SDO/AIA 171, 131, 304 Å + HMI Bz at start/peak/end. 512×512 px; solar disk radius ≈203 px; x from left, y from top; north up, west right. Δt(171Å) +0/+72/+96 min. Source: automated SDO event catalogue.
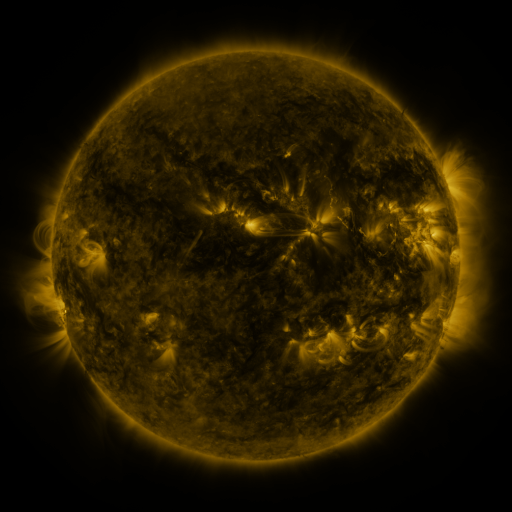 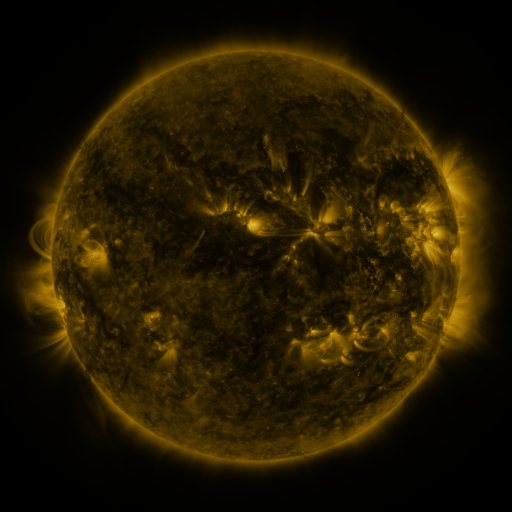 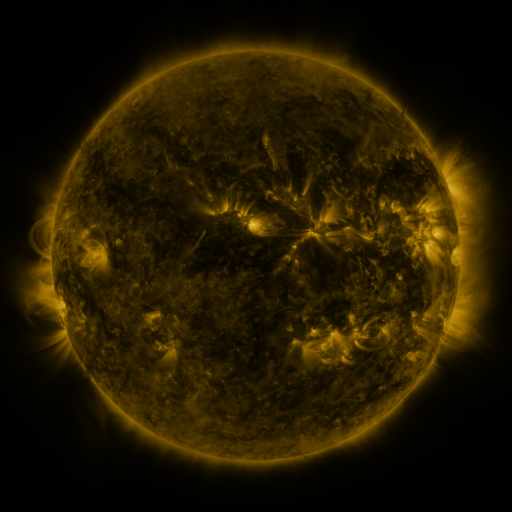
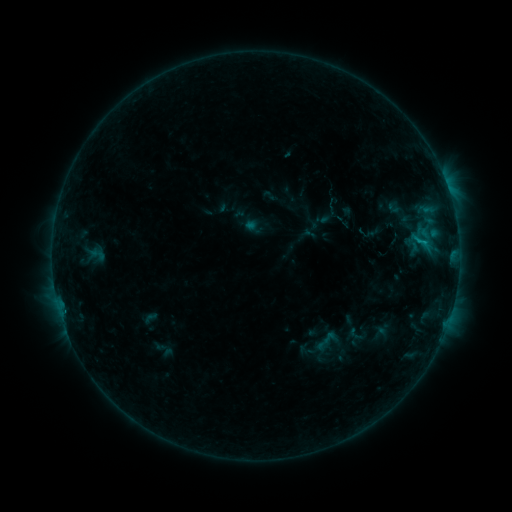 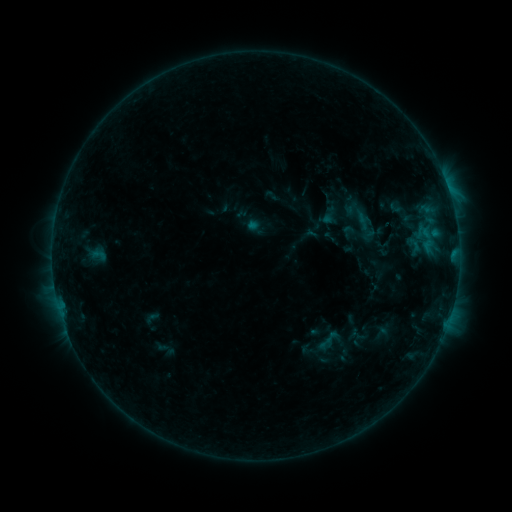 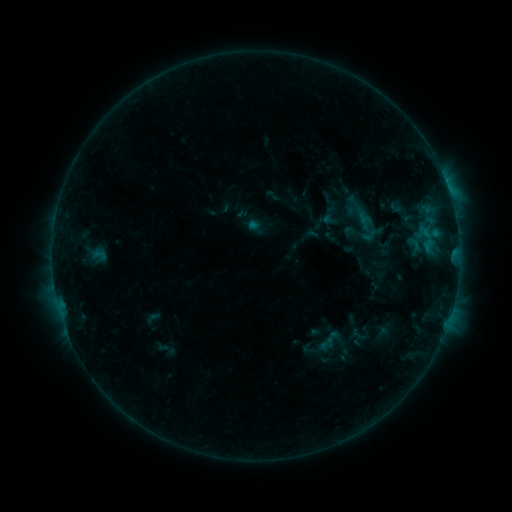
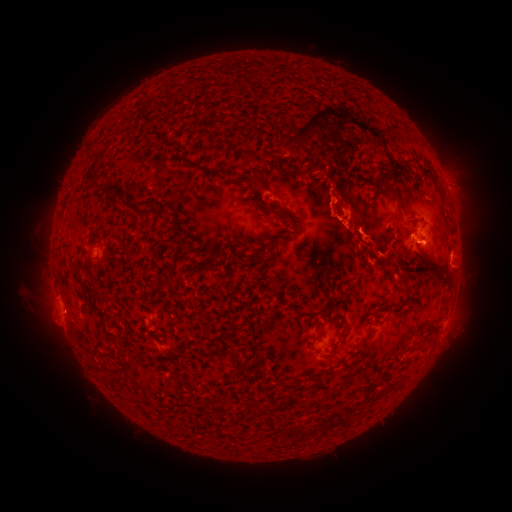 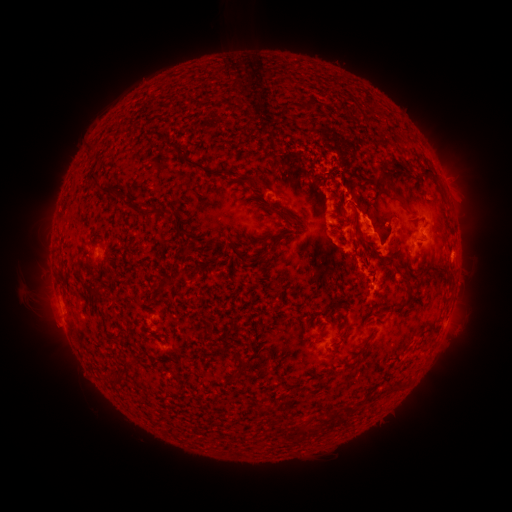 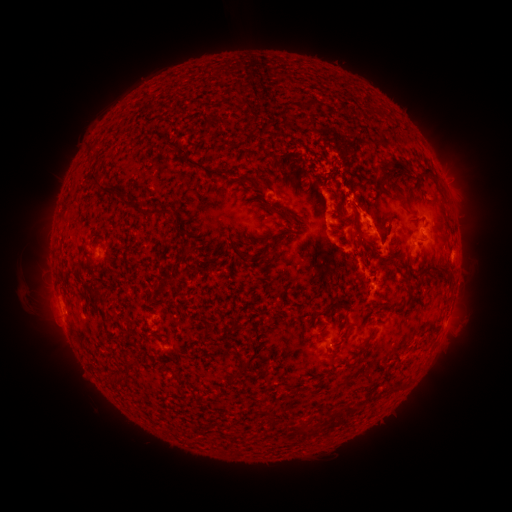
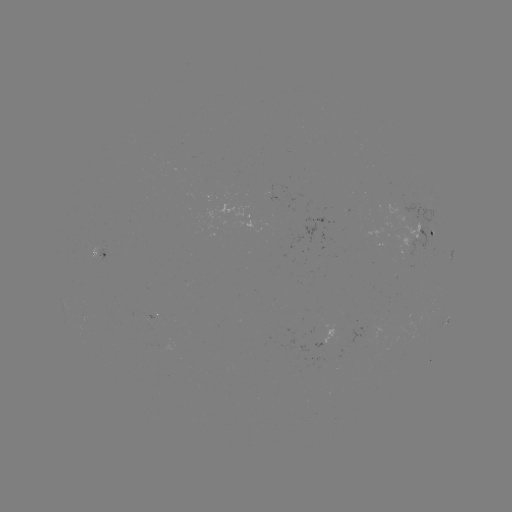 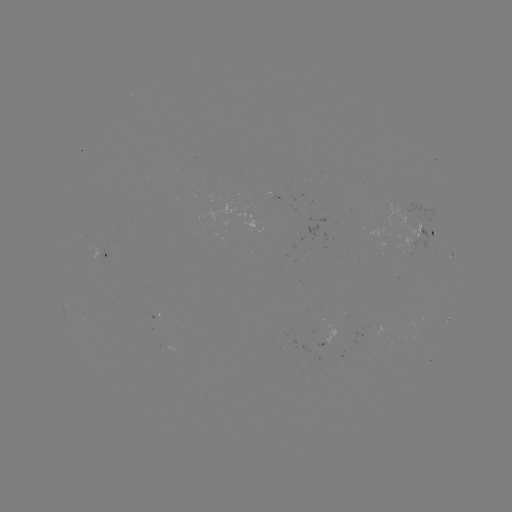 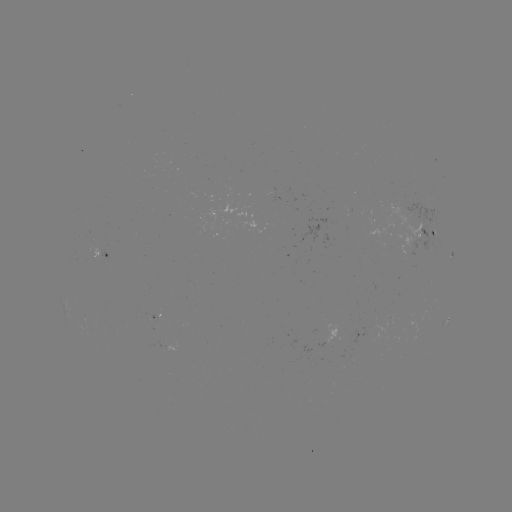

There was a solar emerging-flux region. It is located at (93, 251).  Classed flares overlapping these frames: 2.